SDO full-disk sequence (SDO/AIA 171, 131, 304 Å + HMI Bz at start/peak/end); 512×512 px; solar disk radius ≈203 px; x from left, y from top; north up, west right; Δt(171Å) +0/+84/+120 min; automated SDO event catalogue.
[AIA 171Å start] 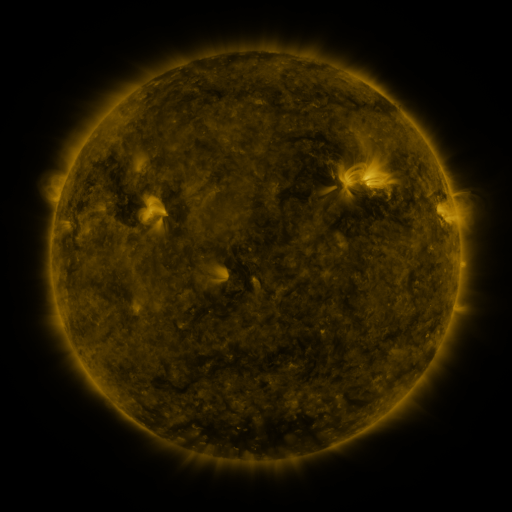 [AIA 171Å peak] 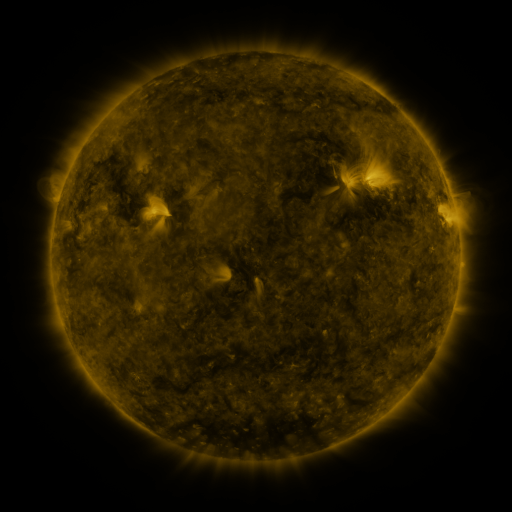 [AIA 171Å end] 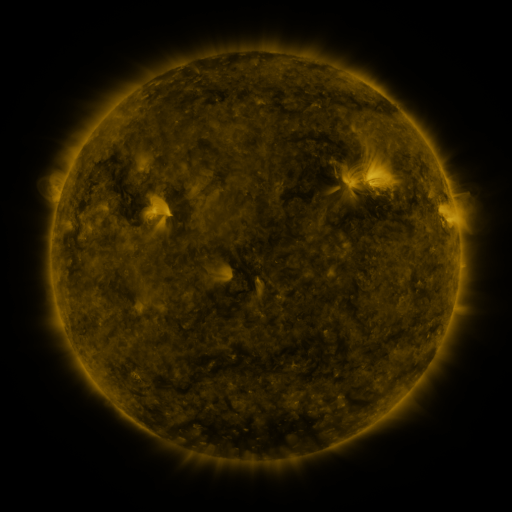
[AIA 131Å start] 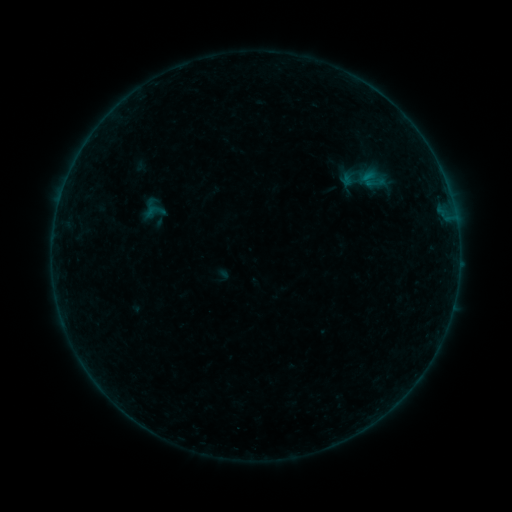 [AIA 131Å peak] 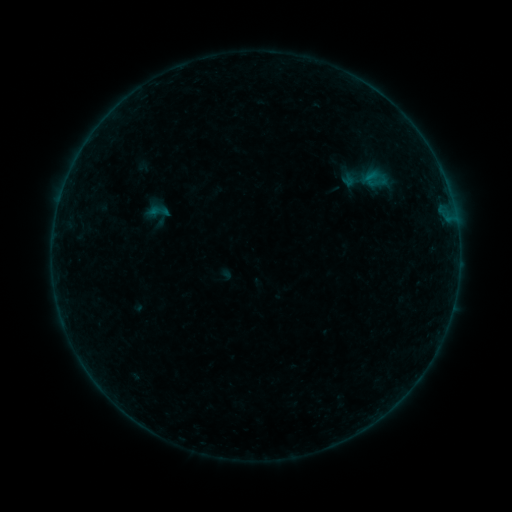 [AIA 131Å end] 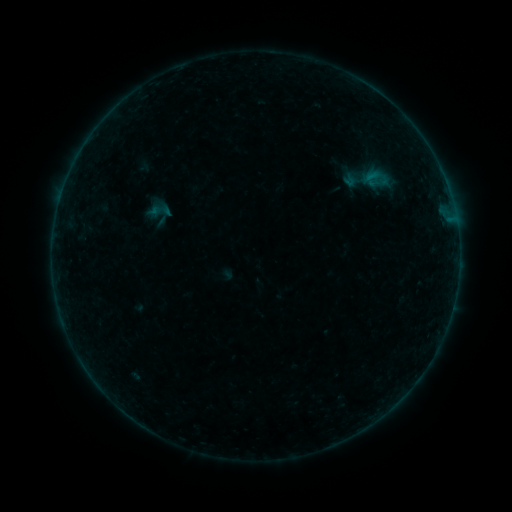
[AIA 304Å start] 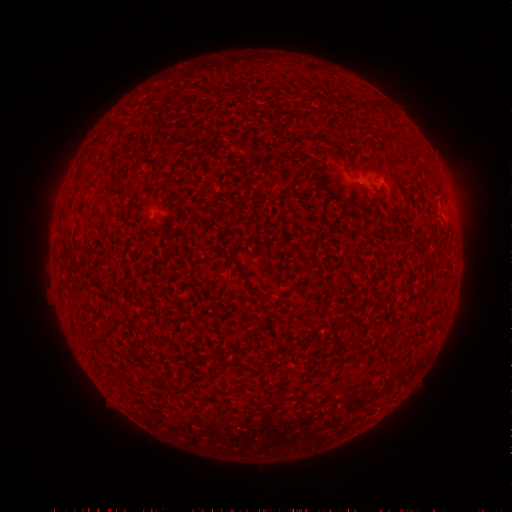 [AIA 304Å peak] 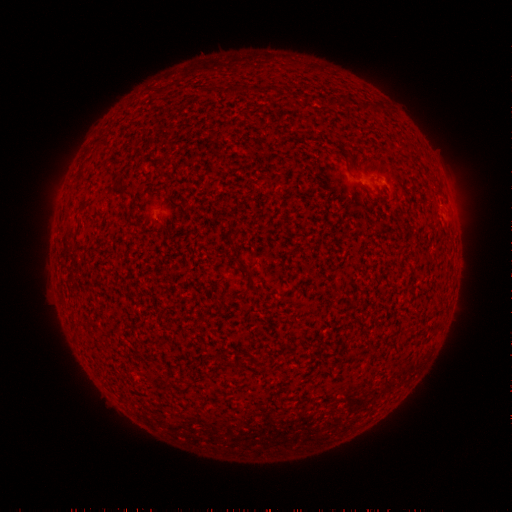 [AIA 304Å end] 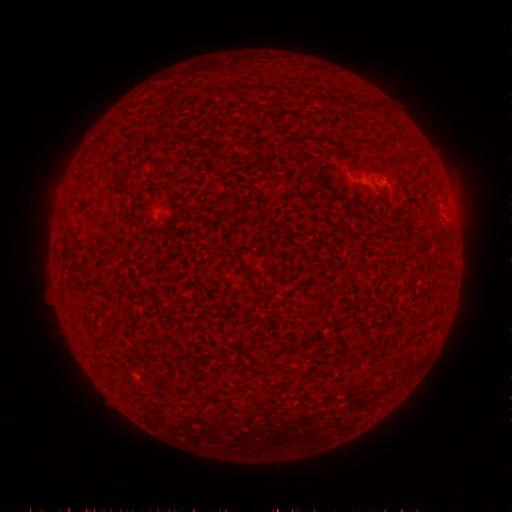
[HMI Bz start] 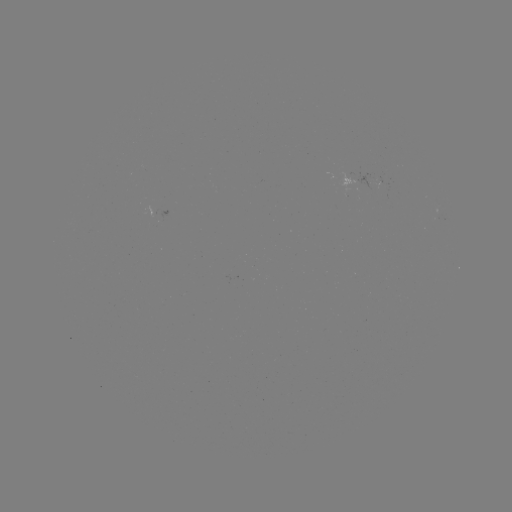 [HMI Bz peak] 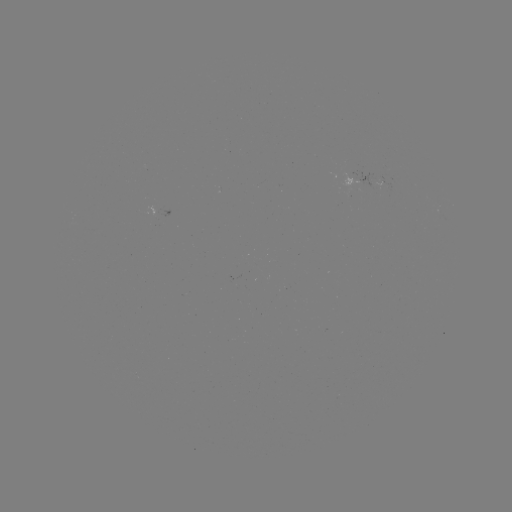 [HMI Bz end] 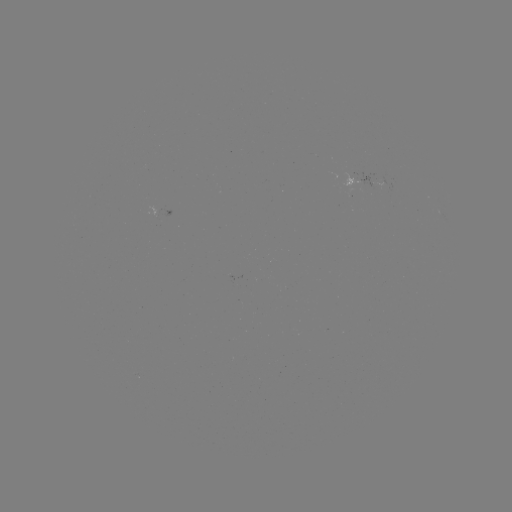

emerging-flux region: [355, 172, 382, 192]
